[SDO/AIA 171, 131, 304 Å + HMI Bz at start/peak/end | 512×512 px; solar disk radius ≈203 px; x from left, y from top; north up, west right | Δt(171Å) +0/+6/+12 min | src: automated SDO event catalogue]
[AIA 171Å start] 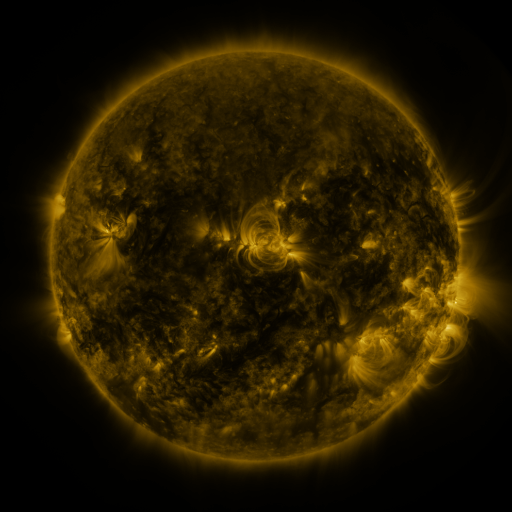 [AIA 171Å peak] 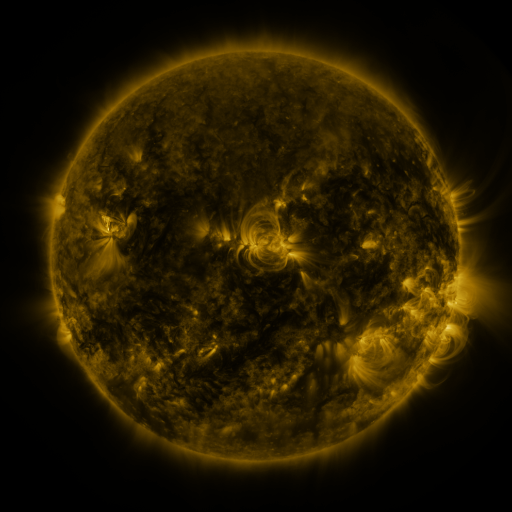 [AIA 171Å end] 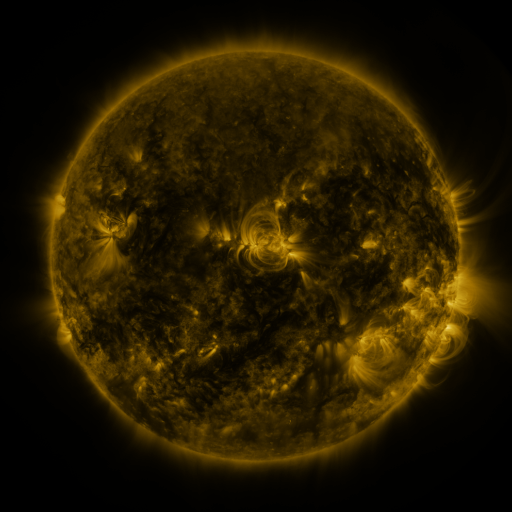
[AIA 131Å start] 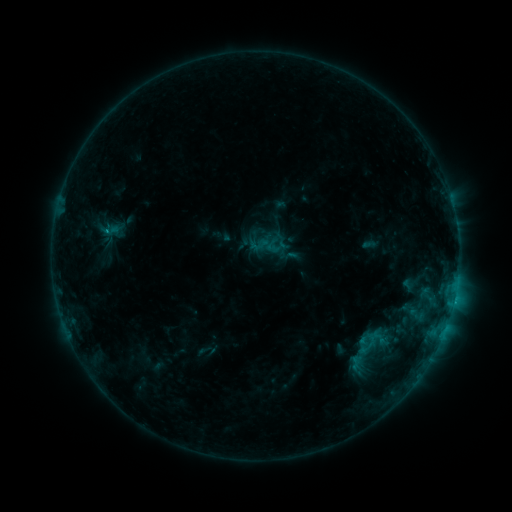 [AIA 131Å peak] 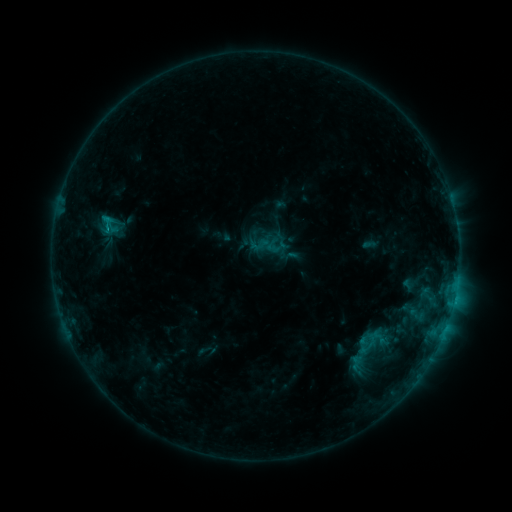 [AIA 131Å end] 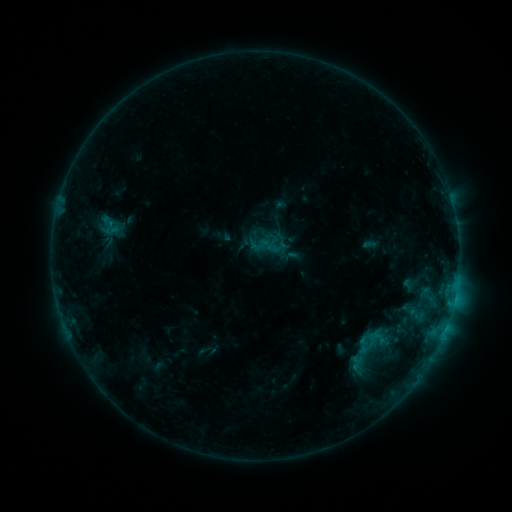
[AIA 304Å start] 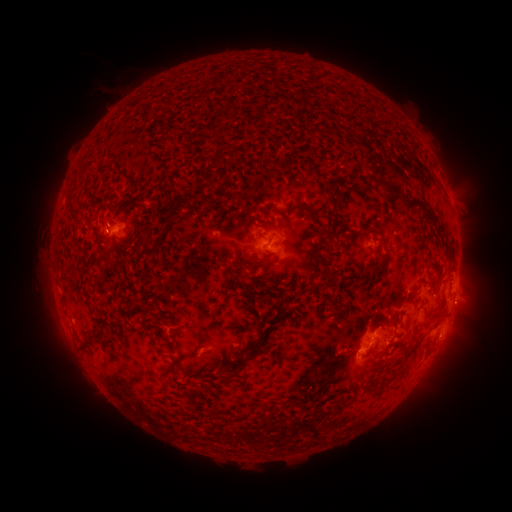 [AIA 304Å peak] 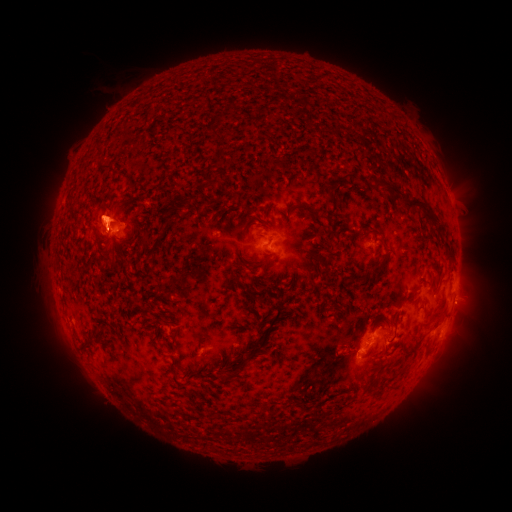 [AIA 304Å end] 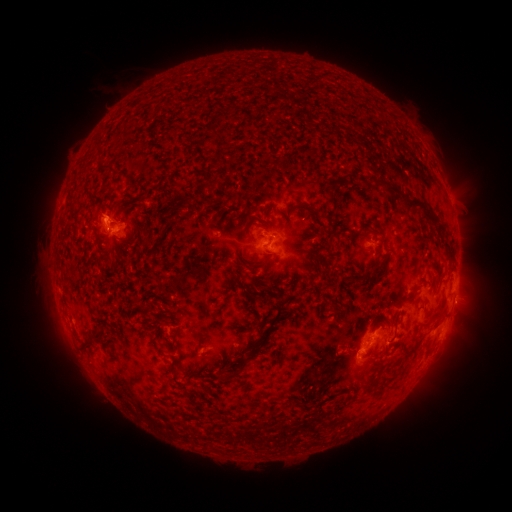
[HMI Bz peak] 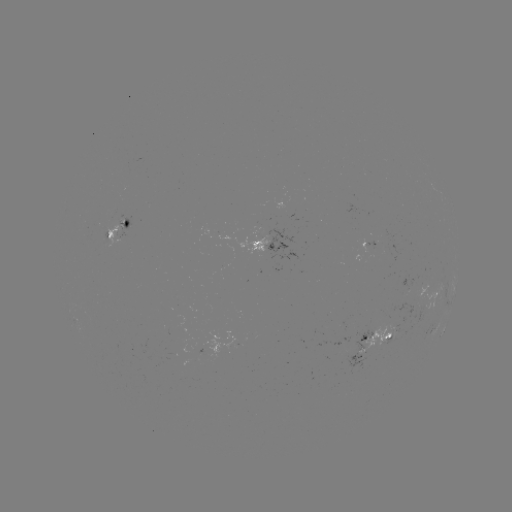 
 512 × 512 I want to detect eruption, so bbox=[84, 155, 130, 182].